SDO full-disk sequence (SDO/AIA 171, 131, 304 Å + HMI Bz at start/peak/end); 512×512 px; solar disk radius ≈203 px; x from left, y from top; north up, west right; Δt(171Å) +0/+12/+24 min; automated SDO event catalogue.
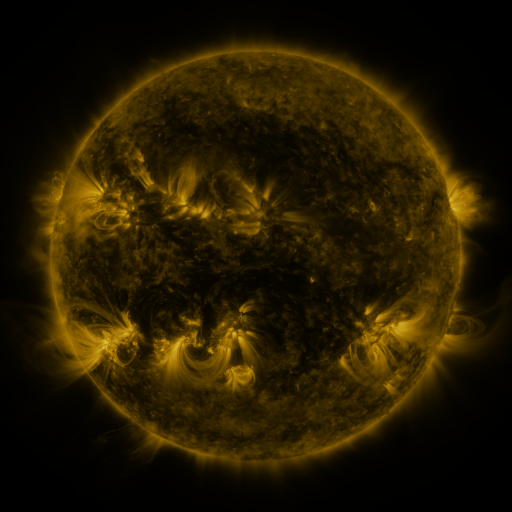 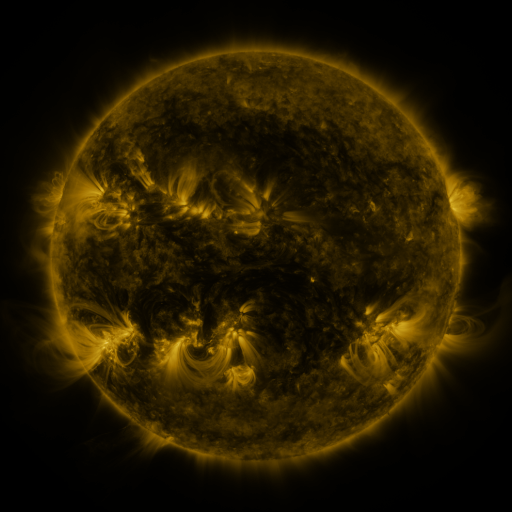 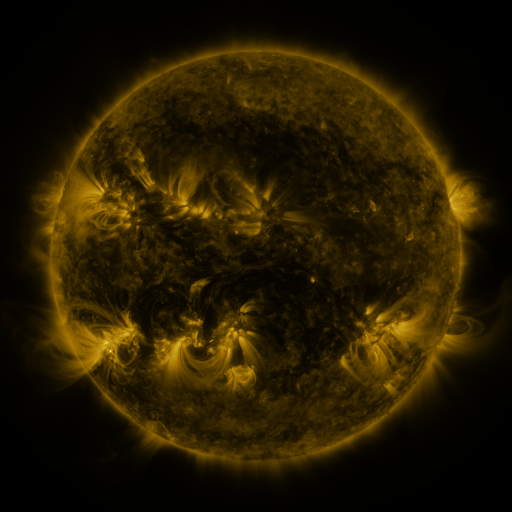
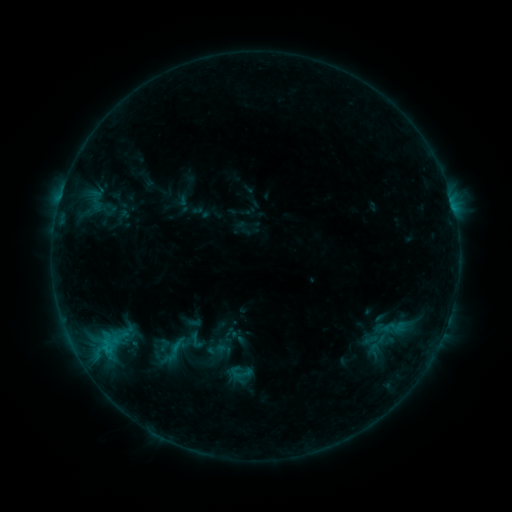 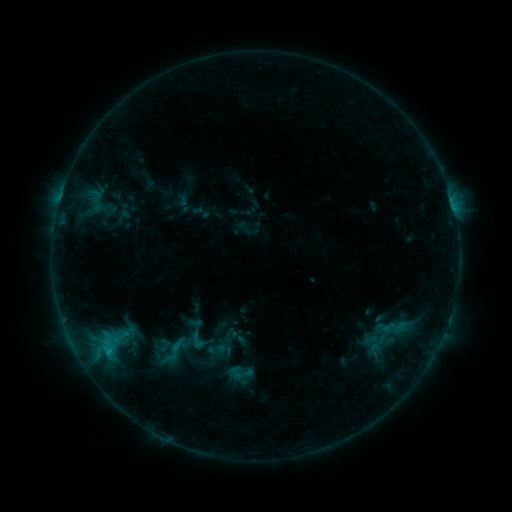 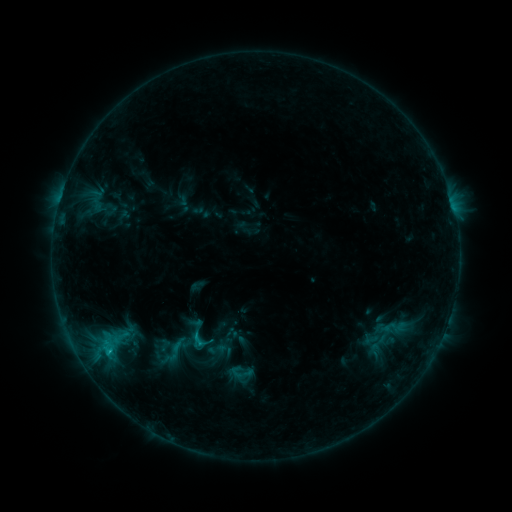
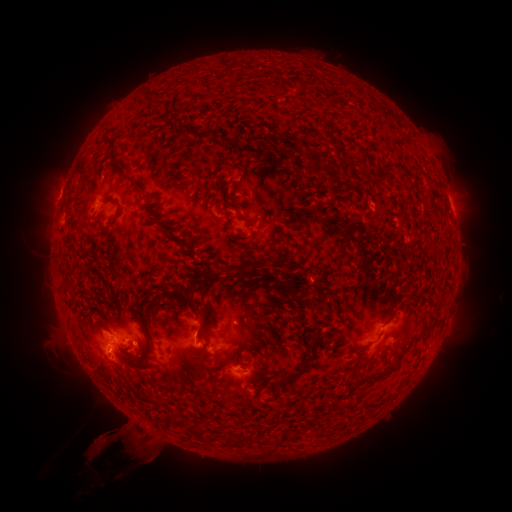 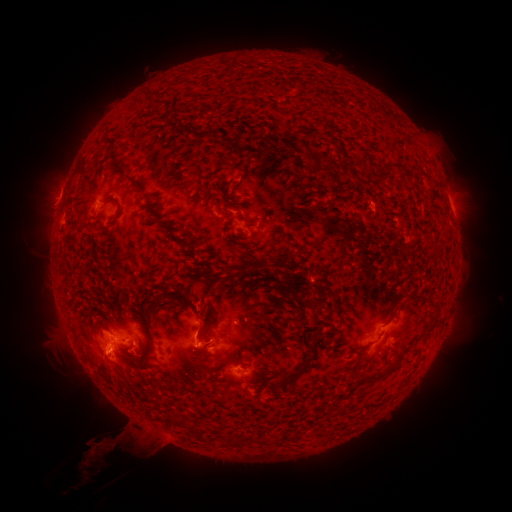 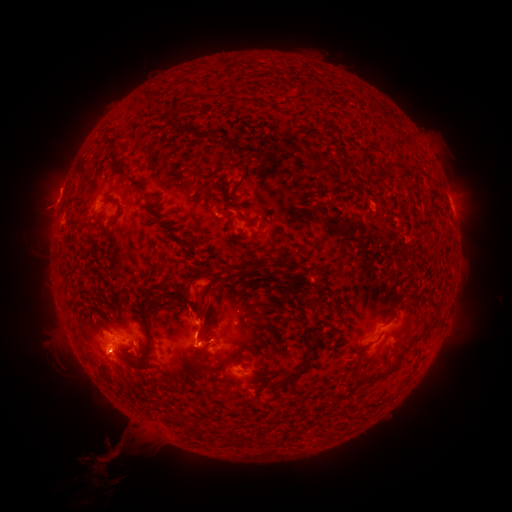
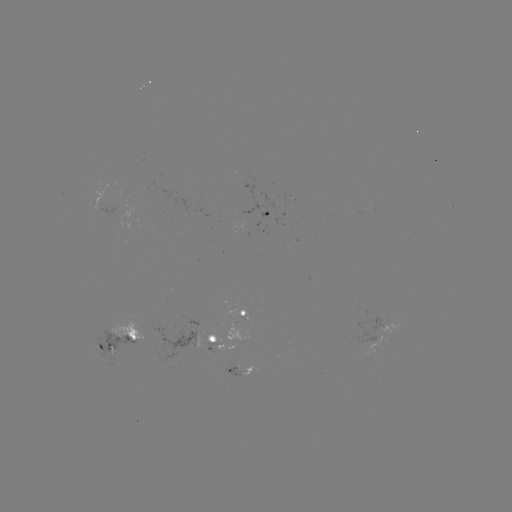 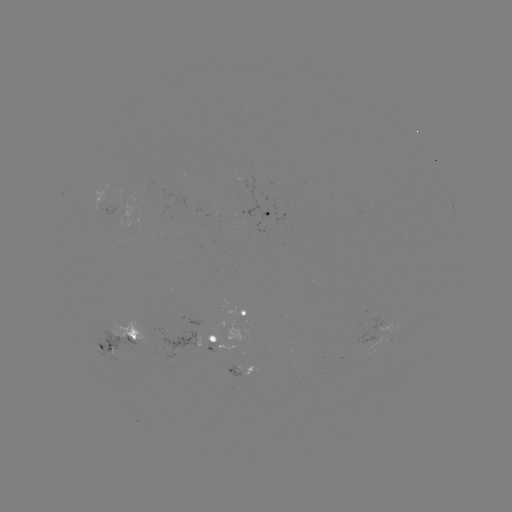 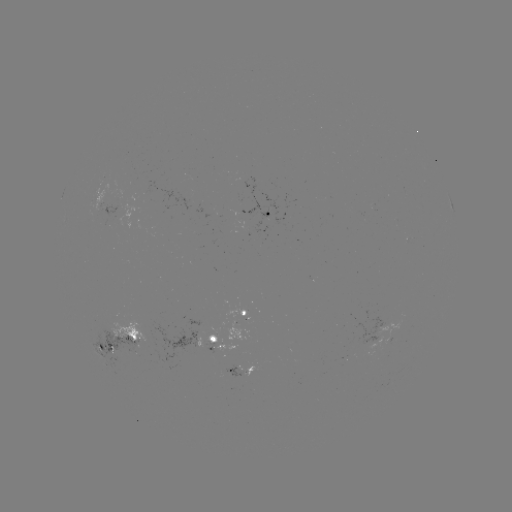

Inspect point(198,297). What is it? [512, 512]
eruption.